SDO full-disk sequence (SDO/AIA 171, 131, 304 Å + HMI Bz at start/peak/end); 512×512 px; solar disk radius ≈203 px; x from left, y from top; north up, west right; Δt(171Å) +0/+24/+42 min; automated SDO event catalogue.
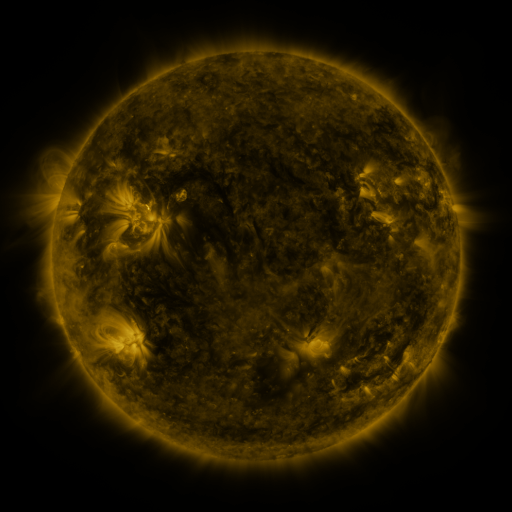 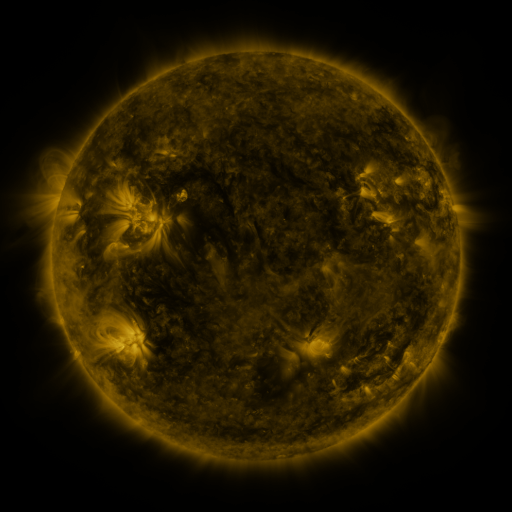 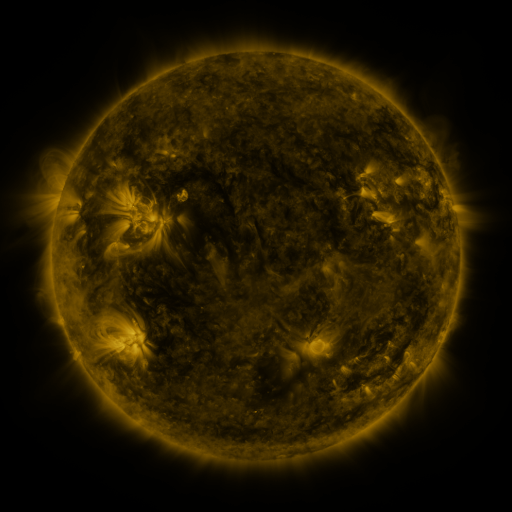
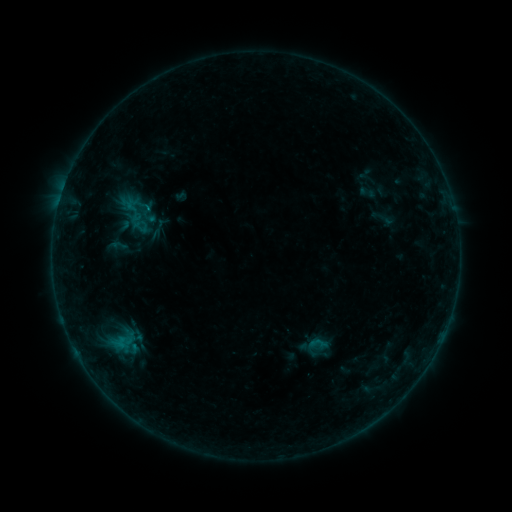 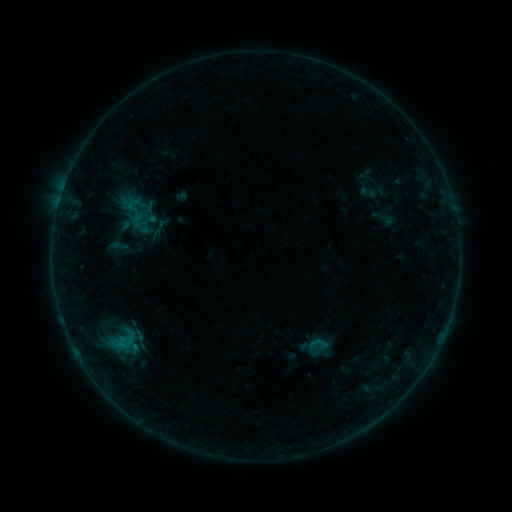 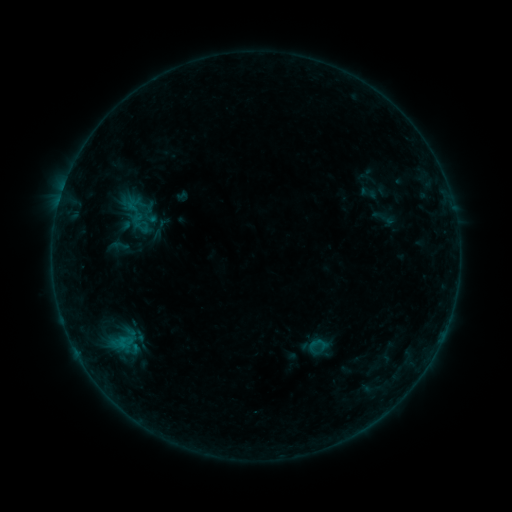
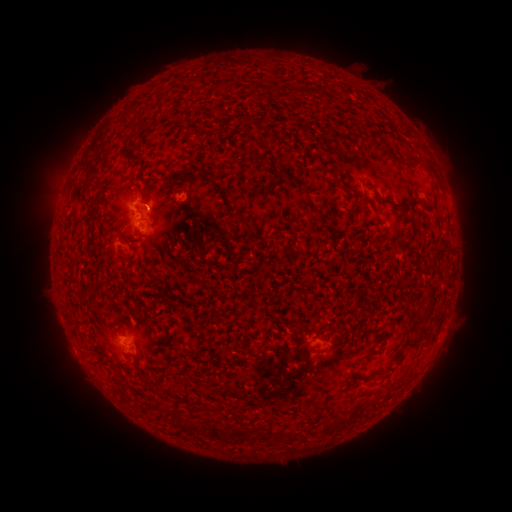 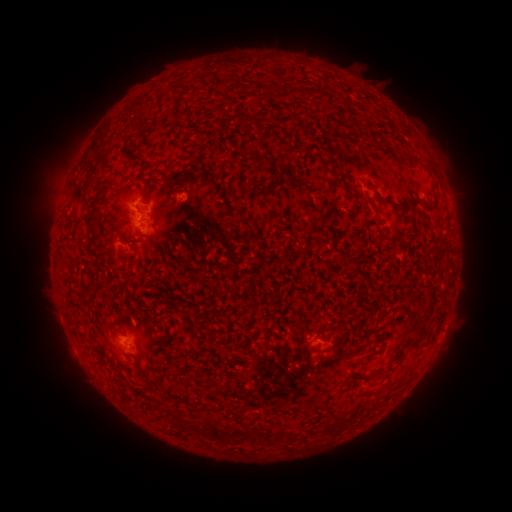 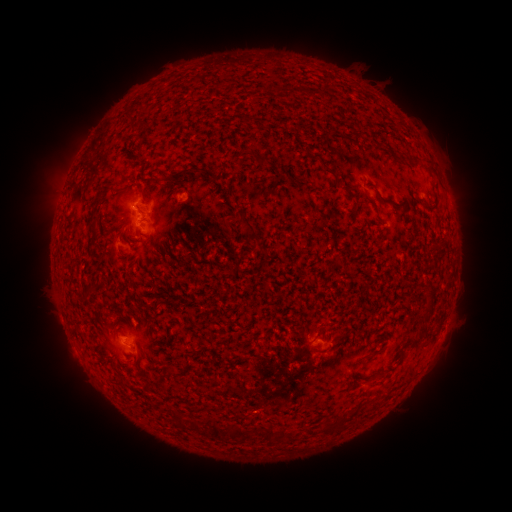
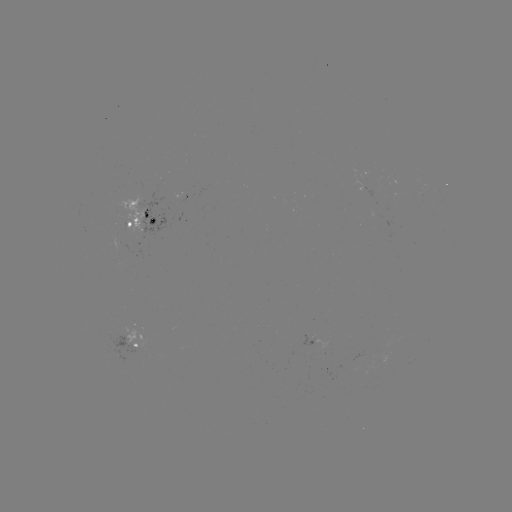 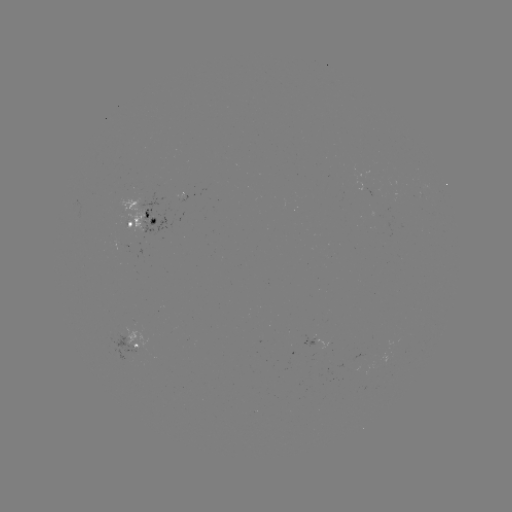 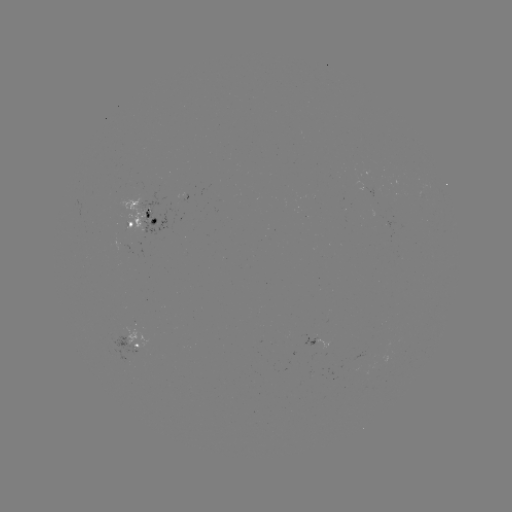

no classed flare was catalogued and no EUV brightening was flagged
